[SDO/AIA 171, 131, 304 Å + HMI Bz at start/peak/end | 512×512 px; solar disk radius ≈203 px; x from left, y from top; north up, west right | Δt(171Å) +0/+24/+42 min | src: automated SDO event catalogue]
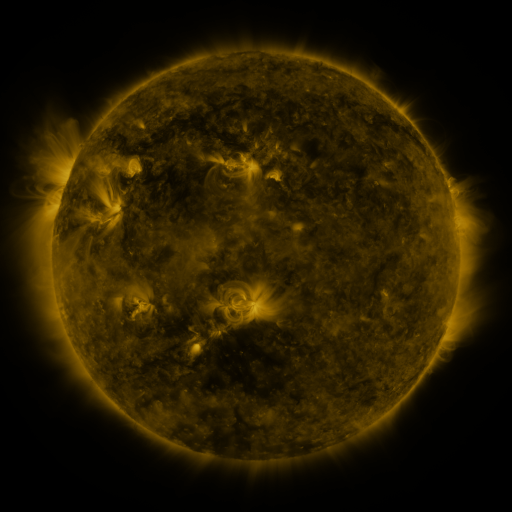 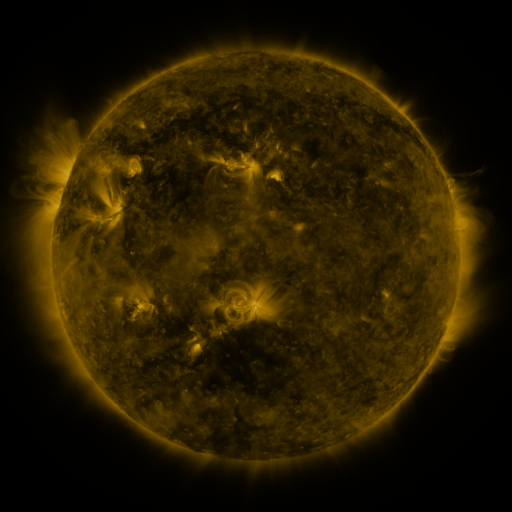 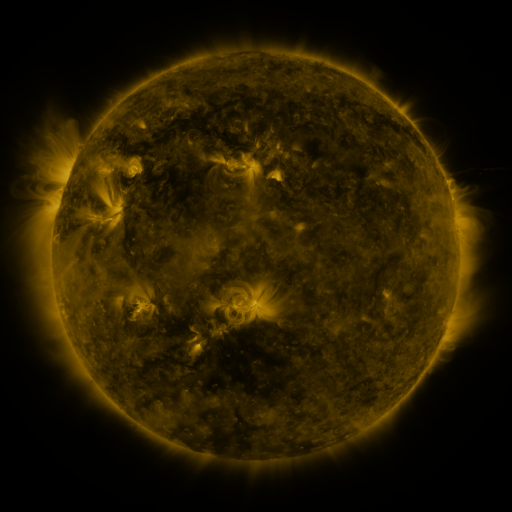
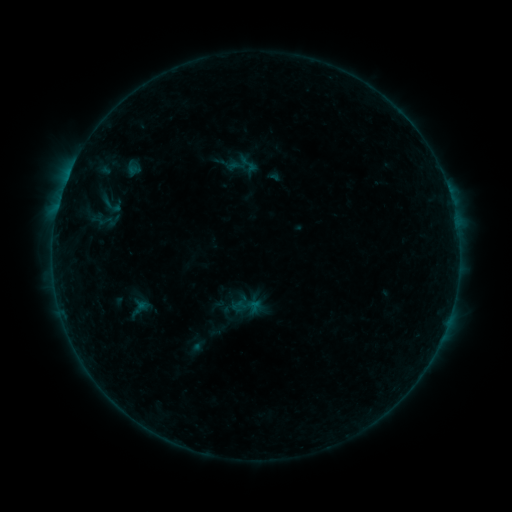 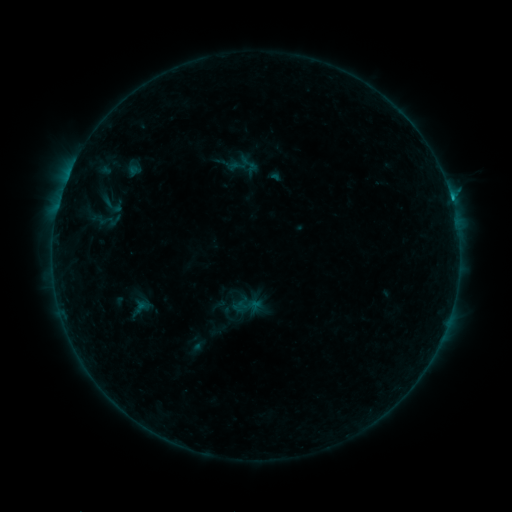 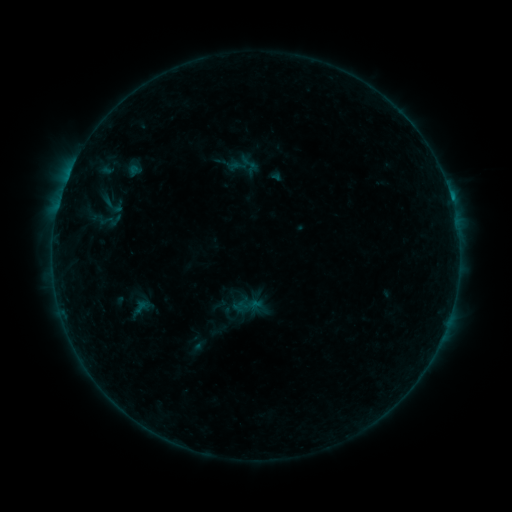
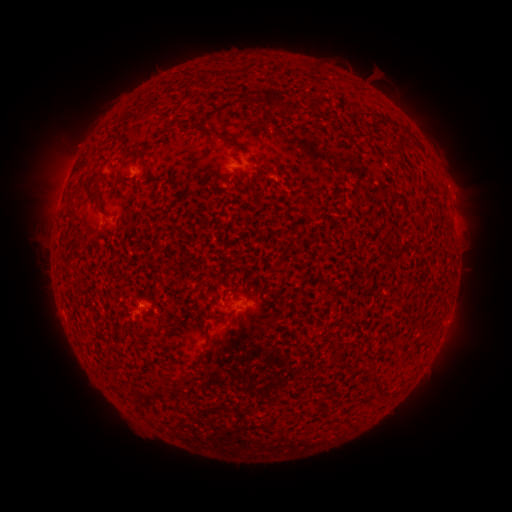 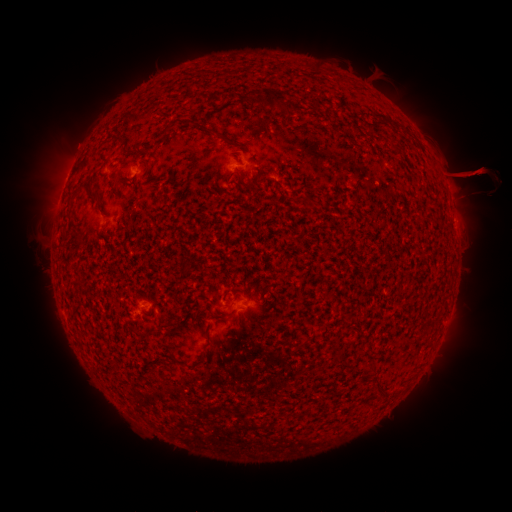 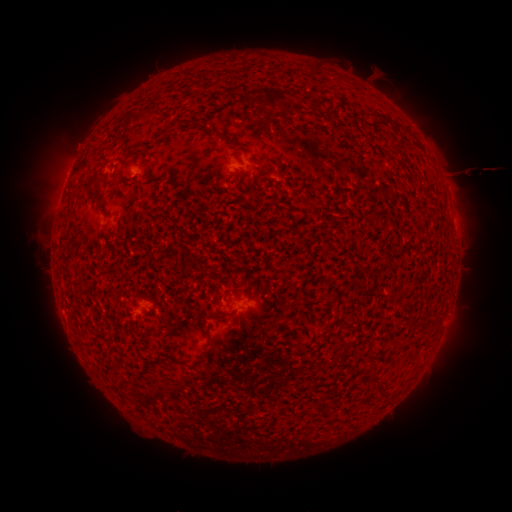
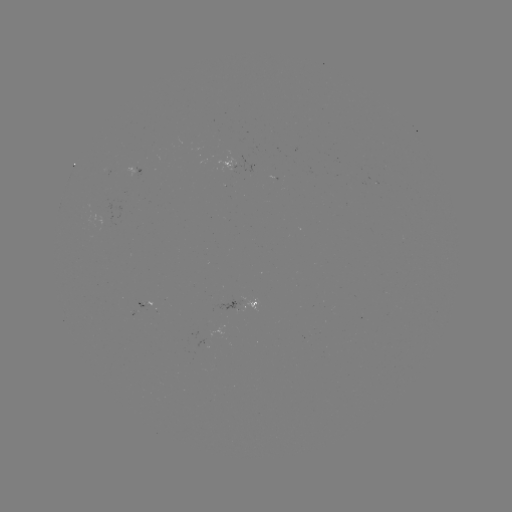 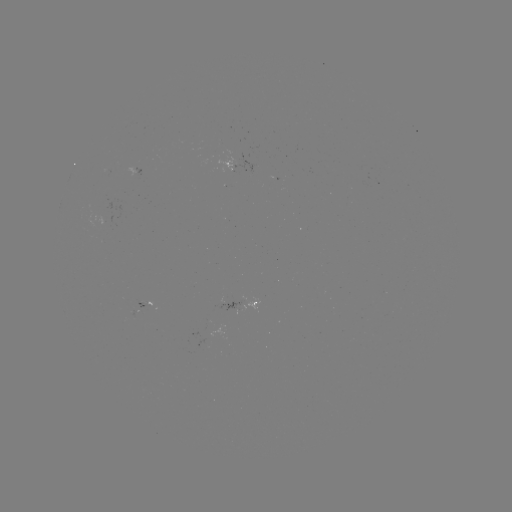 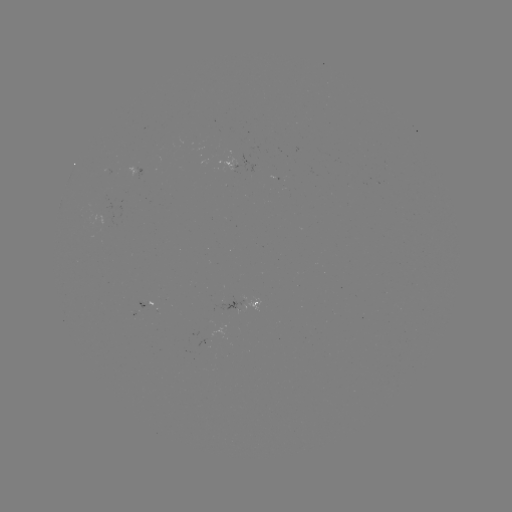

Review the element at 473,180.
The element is eruption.